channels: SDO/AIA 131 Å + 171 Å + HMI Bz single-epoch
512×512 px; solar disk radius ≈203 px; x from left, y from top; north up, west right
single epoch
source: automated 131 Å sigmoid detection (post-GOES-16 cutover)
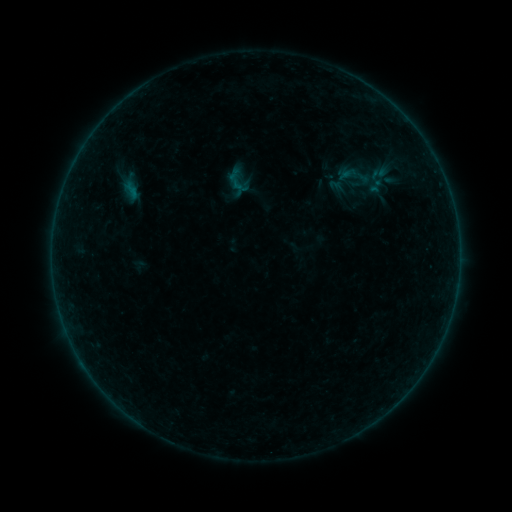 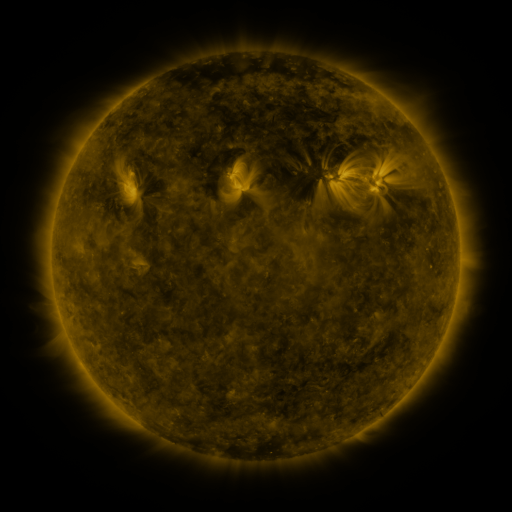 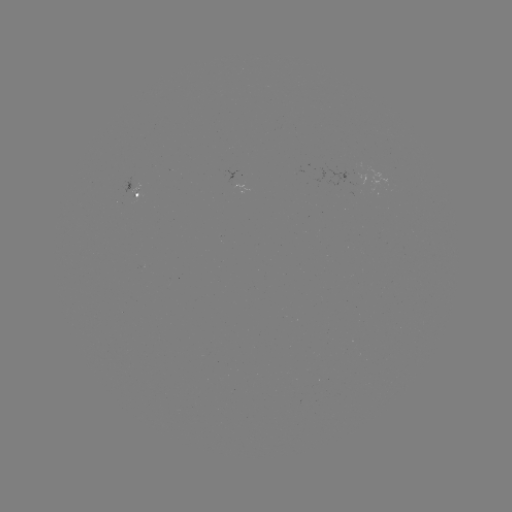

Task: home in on sigmoid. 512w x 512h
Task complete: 356,175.